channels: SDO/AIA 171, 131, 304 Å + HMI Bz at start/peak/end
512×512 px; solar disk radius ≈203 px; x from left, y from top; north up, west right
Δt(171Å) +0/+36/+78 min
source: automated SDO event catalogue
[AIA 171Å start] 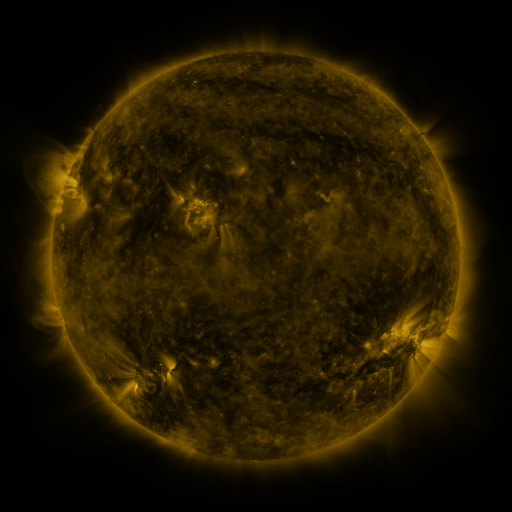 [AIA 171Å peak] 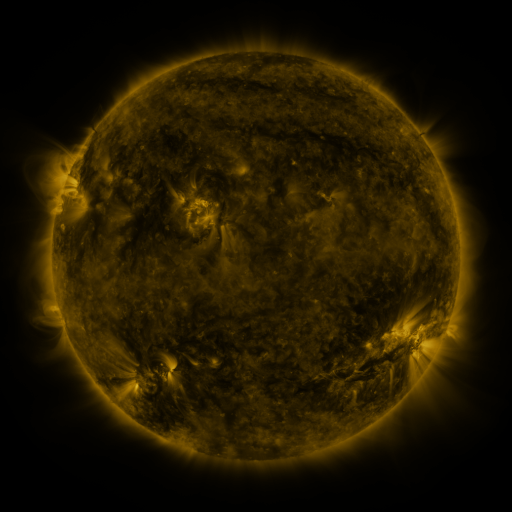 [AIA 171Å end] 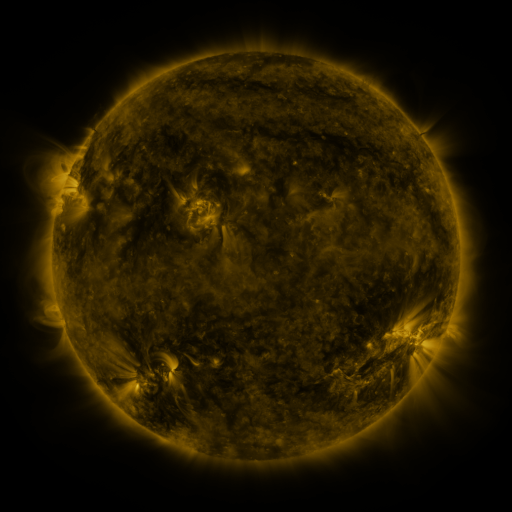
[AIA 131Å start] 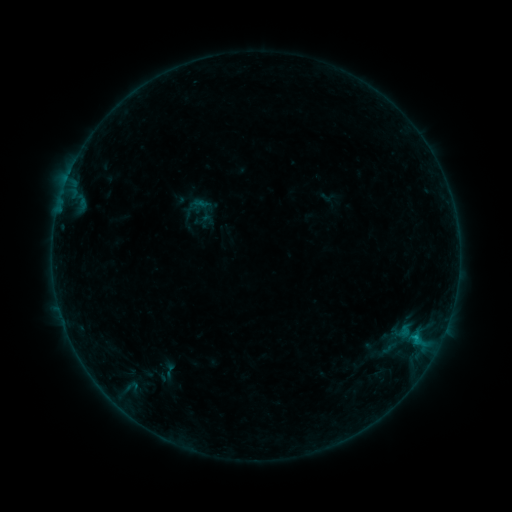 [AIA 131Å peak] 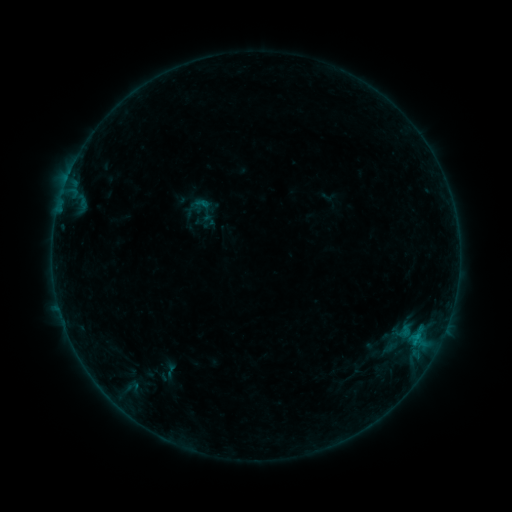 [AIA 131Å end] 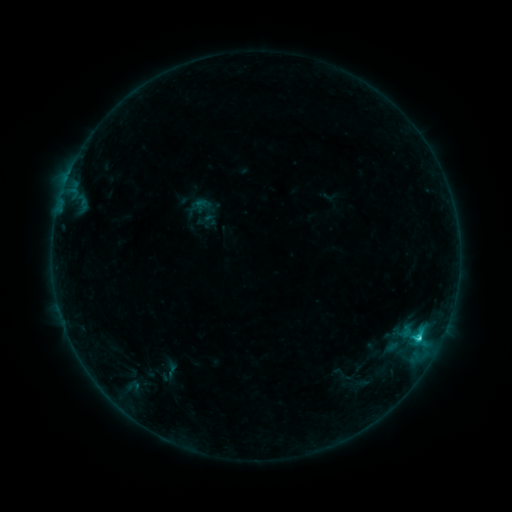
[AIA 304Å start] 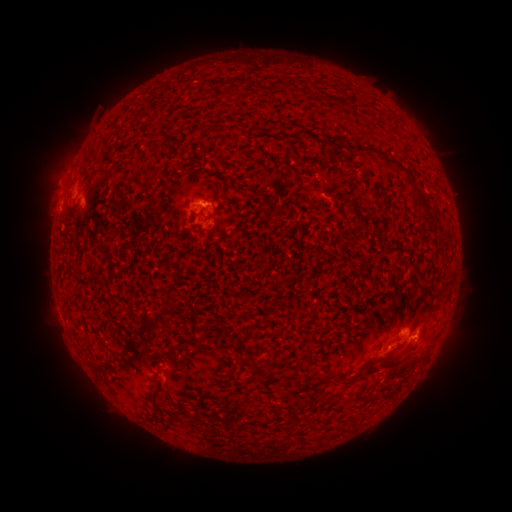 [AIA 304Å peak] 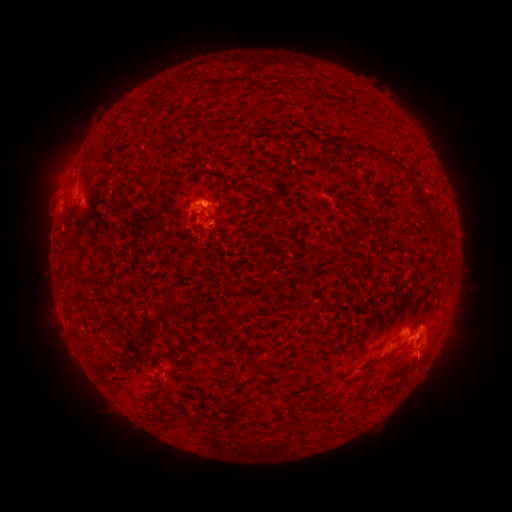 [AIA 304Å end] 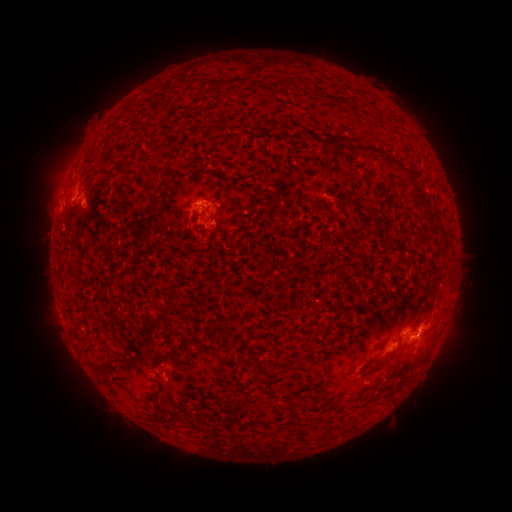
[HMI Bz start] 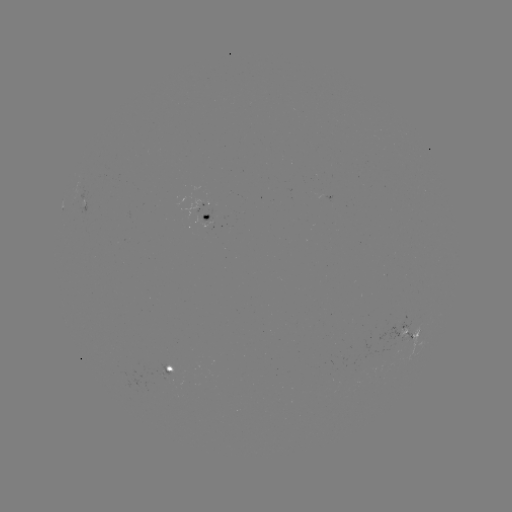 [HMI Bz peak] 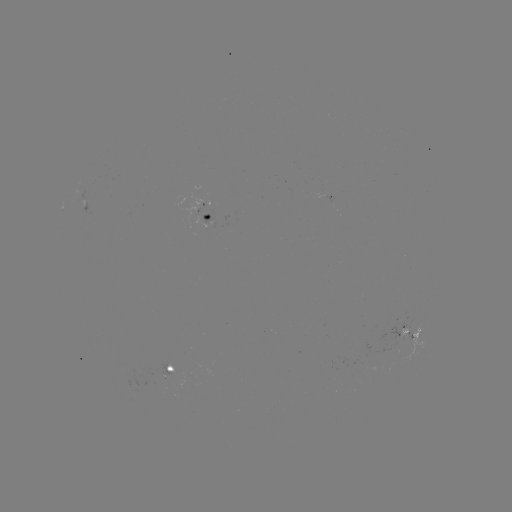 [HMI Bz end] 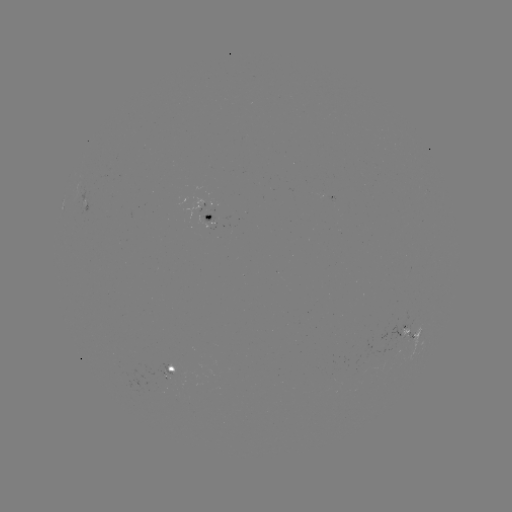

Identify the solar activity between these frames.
eruption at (411, 368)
